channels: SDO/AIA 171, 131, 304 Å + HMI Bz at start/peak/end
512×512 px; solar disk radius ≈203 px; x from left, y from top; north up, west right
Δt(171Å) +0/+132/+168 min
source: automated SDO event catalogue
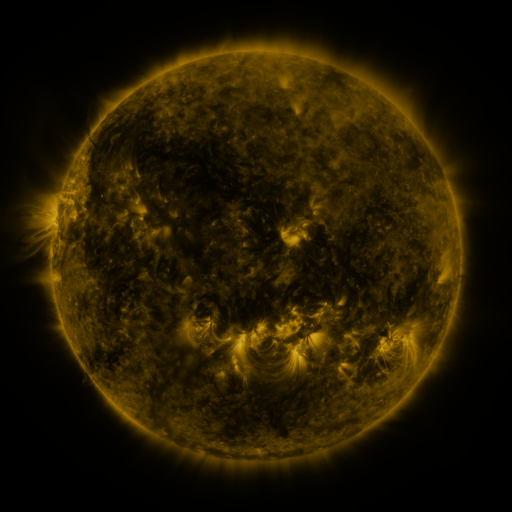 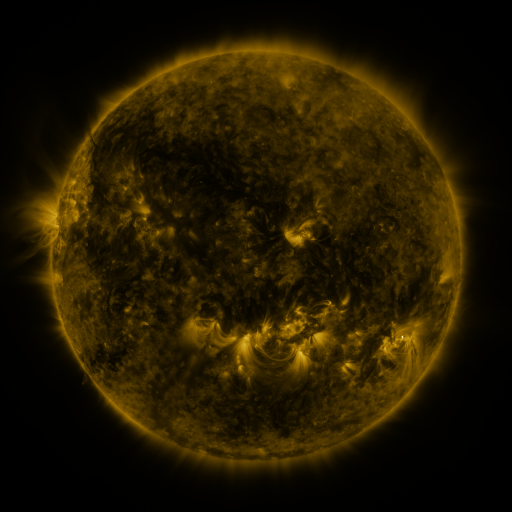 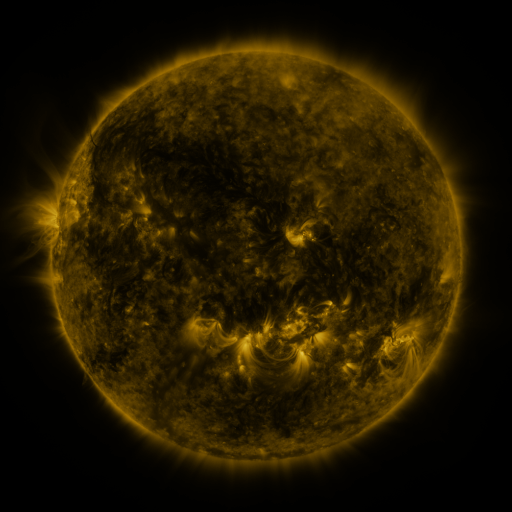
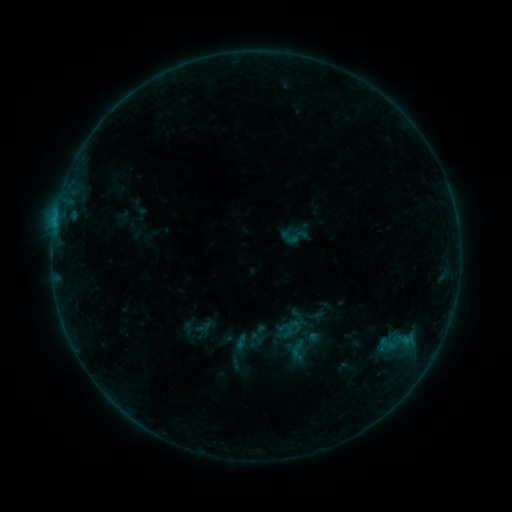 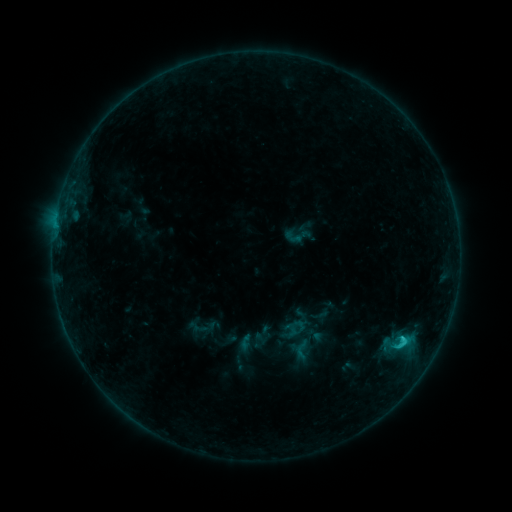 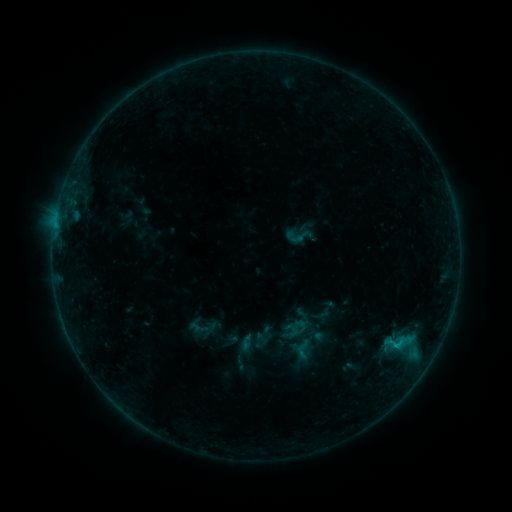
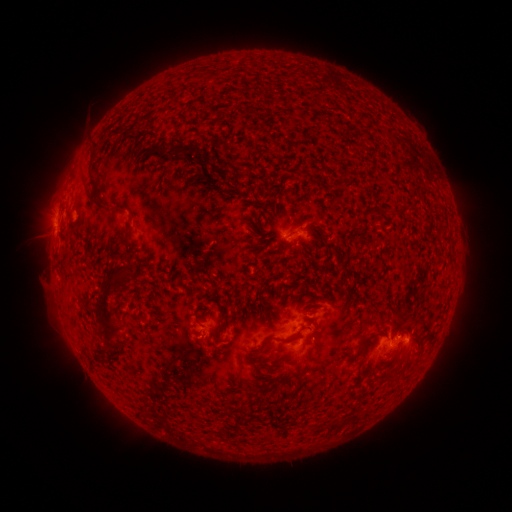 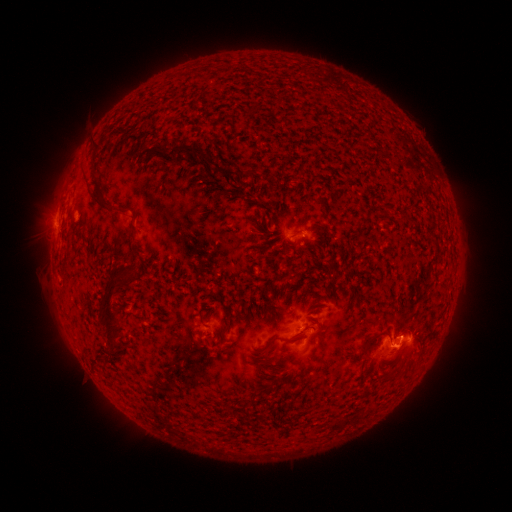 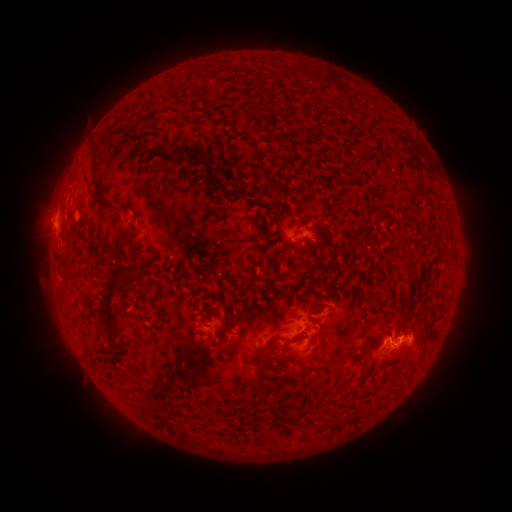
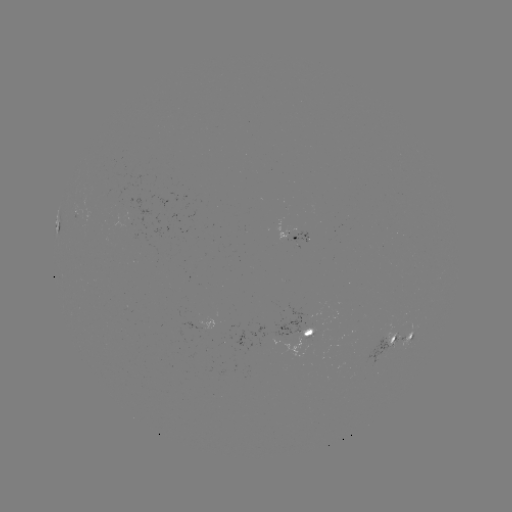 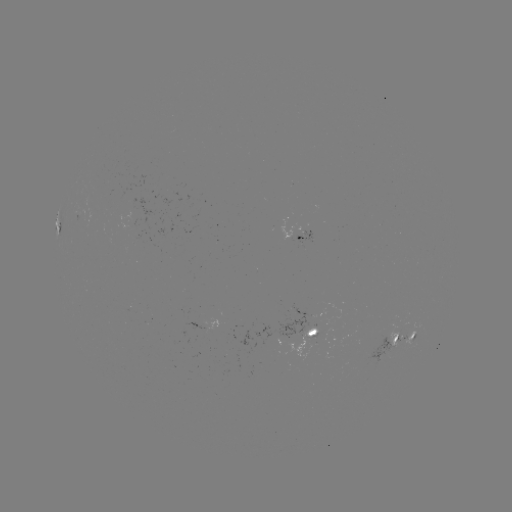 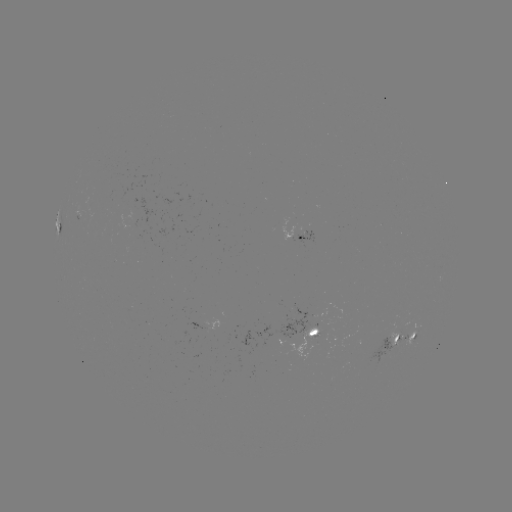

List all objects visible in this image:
emerging-flux region: (397, 335)
